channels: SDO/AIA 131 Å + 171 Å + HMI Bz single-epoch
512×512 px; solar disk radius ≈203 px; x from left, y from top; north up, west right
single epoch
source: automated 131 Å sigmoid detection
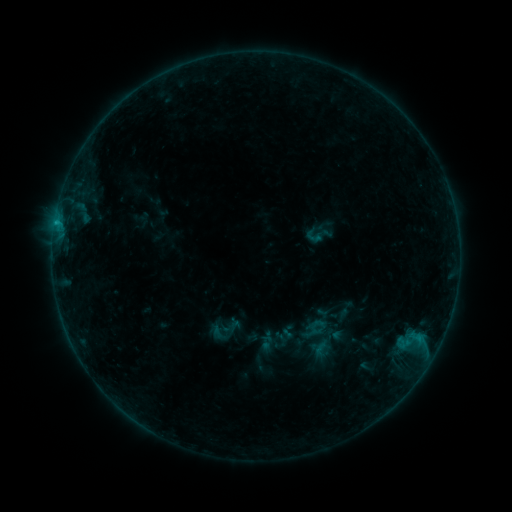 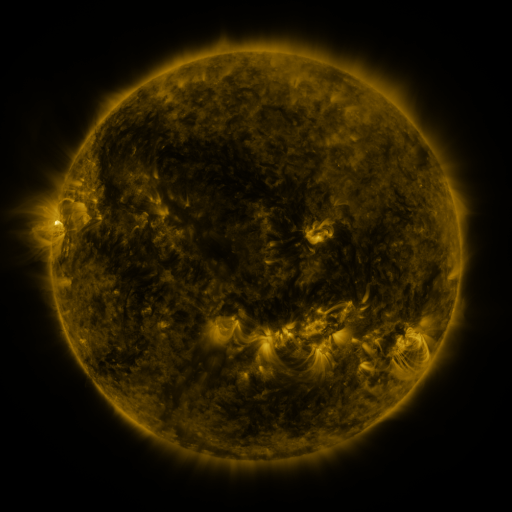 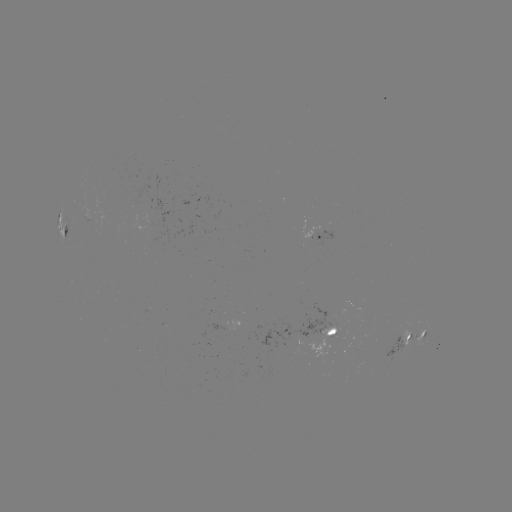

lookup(sigmoid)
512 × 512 (319, 235)